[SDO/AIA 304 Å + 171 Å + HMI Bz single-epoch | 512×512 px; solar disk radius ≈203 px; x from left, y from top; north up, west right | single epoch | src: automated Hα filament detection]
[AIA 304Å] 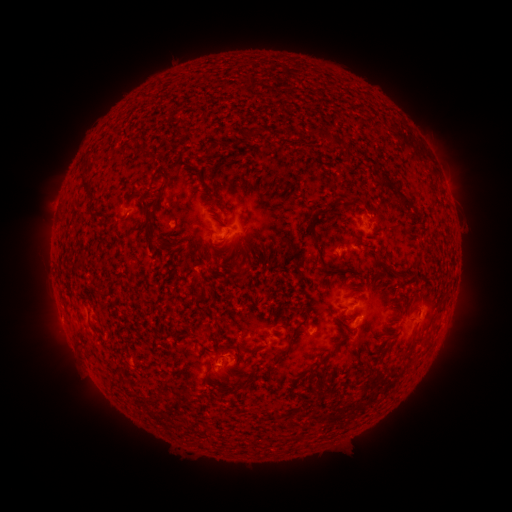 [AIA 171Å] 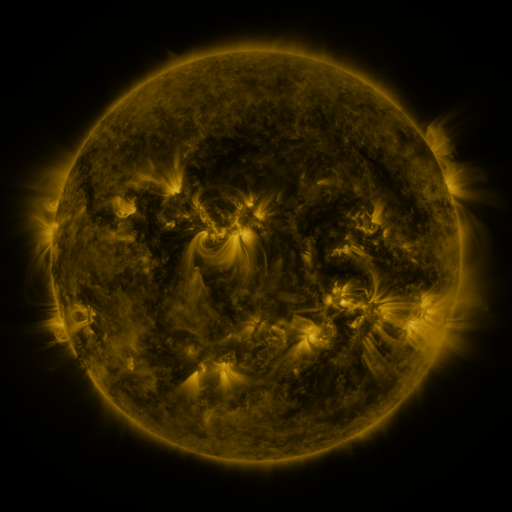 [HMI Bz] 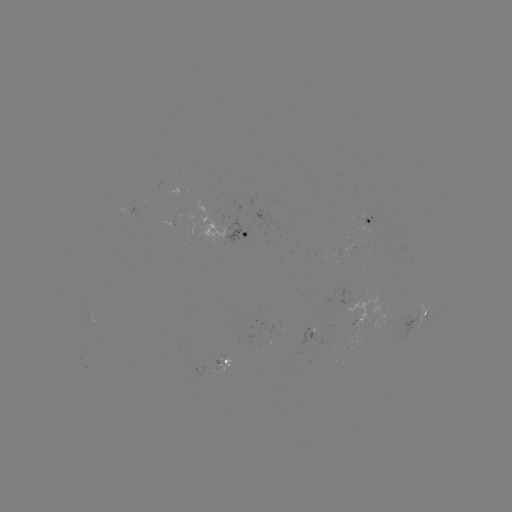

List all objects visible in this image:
filament: [152, 169, 169, 215]
filament: [194, 169, 223, 206]
filament: [80, 183, 91, 193]
filament: [399, 195, 409, 204]
filament: [139, 200, 152, 224]
filament: [319, 201, 339, 215]
filament: [306, 210, 319, 248]
filament: [145, 234, 167, 245]
filament: [230, 257, 242, 275]
filament: [98, 291, 108, 298]
filament: [436, 303, 445, 312]
filament: [288, 319, 306, 345]
filament: [213, 326, 222, 340]
filament: [402, 336, 417, 356]
filament: [276, 350, 288, 362]
filament: [308, 352, 327, 374]
filament: [205, 354, 229, 381]
filament: [152, 395, 166, 405]
